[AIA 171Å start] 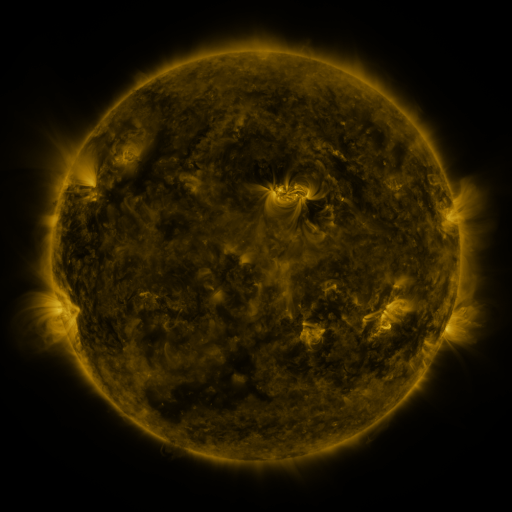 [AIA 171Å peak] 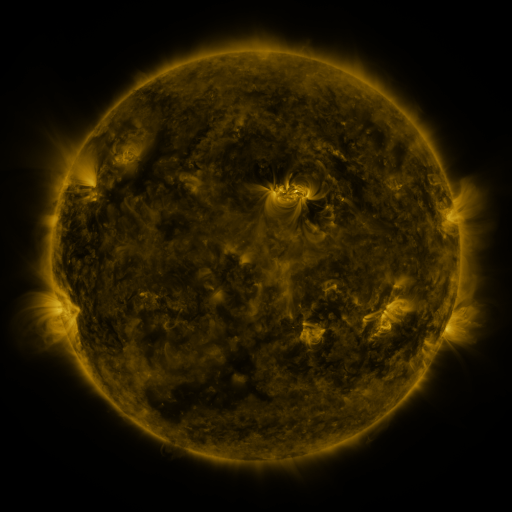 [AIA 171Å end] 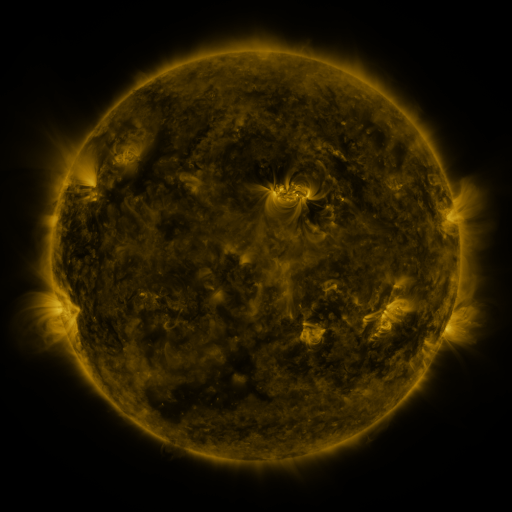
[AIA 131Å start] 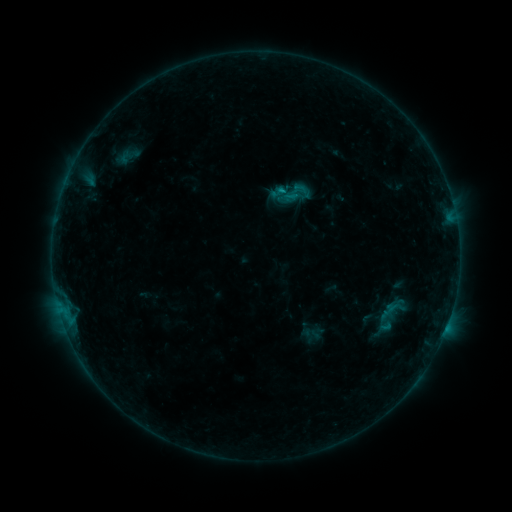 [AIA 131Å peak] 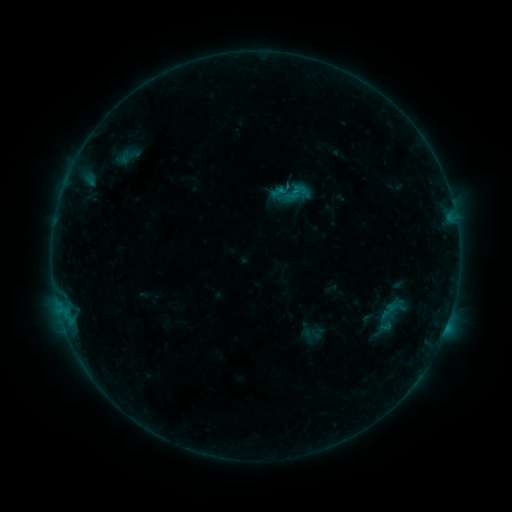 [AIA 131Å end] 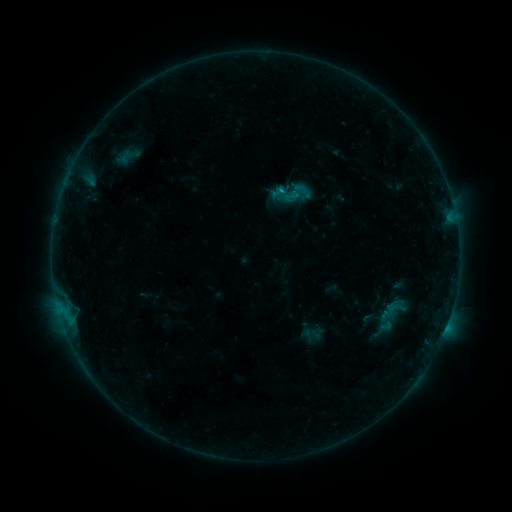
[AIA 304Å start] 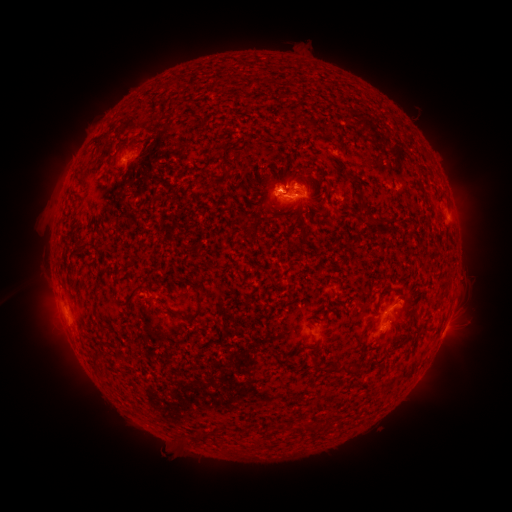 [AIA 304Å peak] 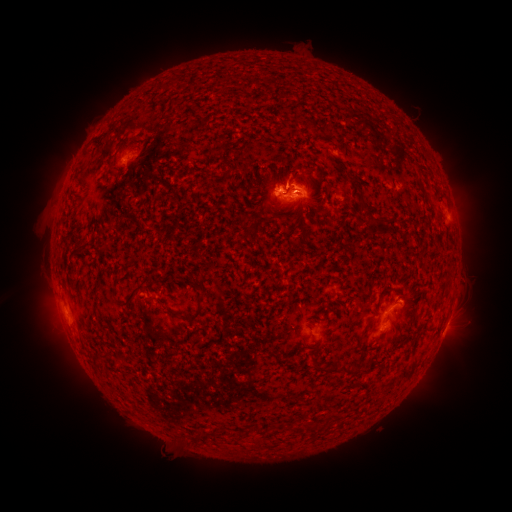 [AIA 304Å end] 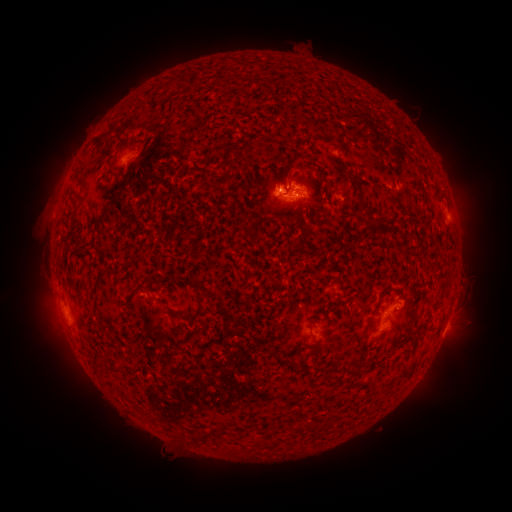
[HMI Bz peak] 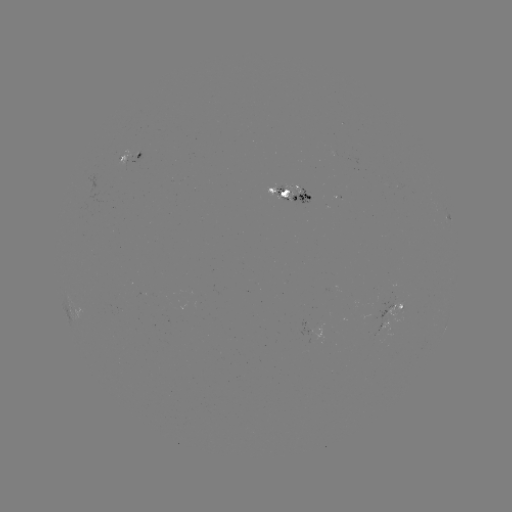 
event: flare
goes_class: B8.4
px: (280, 192)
